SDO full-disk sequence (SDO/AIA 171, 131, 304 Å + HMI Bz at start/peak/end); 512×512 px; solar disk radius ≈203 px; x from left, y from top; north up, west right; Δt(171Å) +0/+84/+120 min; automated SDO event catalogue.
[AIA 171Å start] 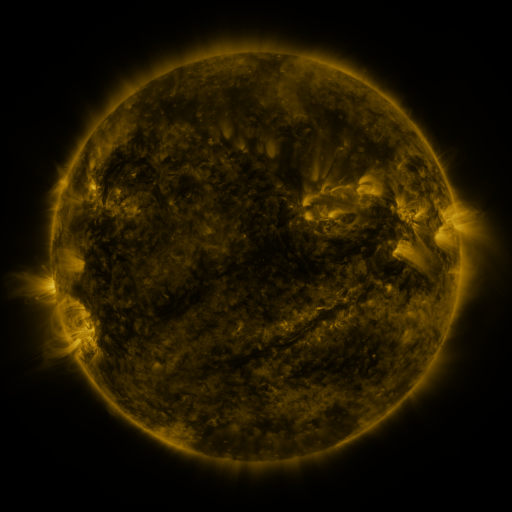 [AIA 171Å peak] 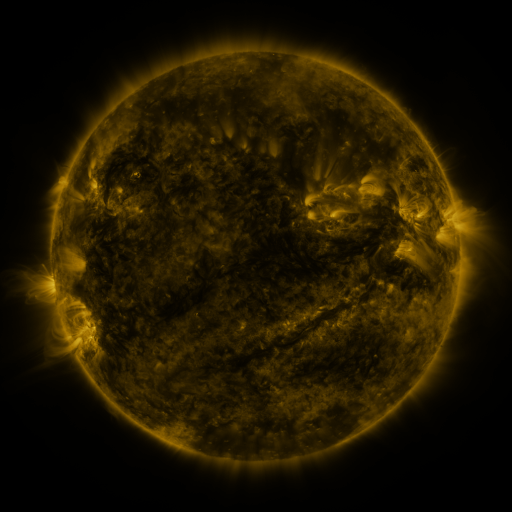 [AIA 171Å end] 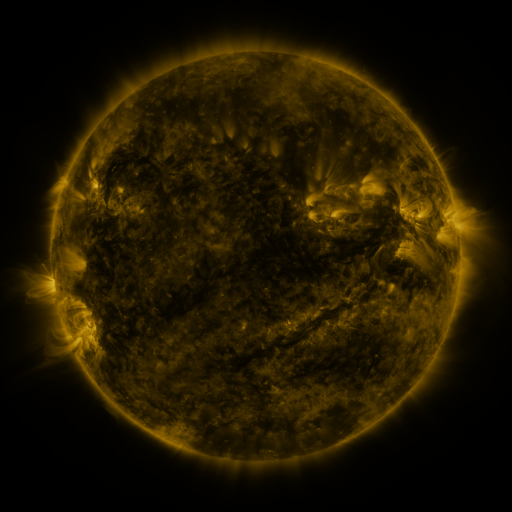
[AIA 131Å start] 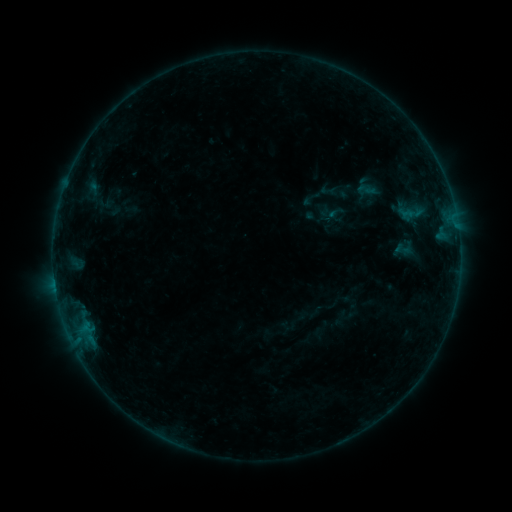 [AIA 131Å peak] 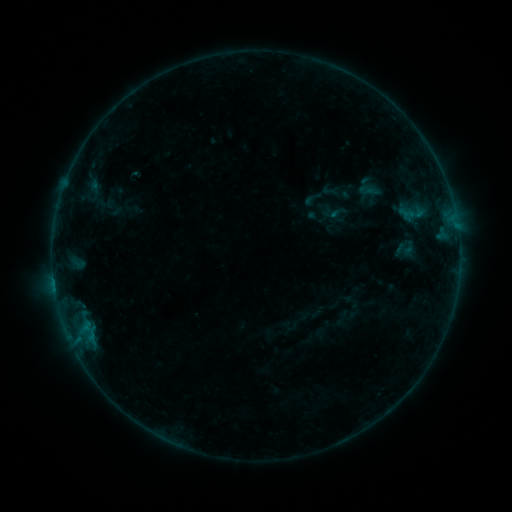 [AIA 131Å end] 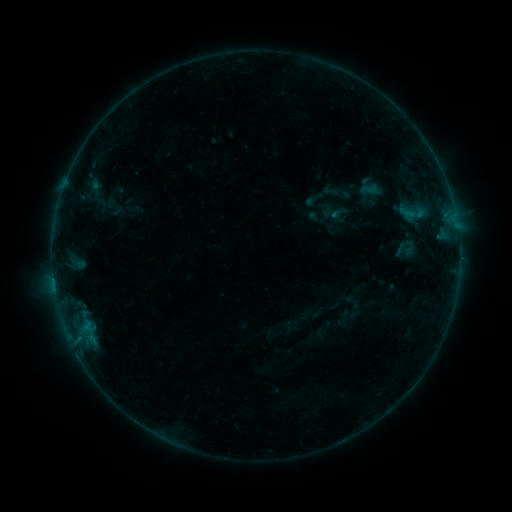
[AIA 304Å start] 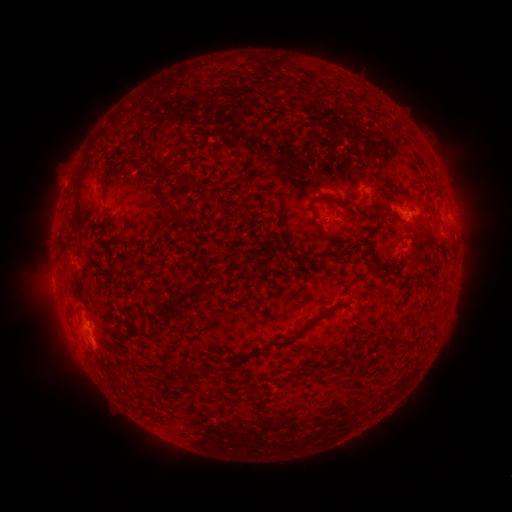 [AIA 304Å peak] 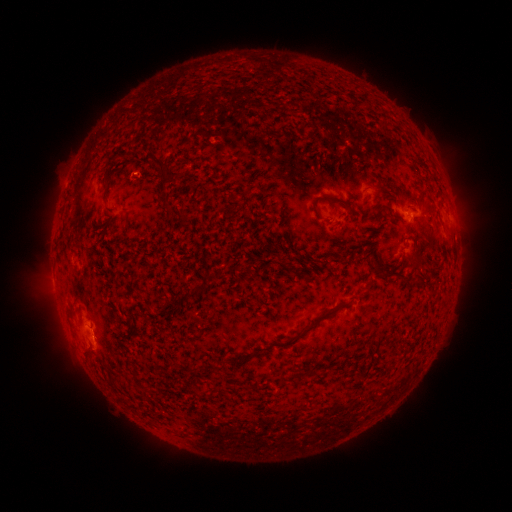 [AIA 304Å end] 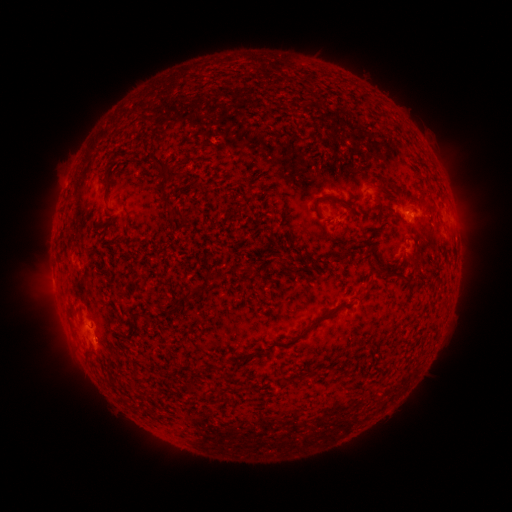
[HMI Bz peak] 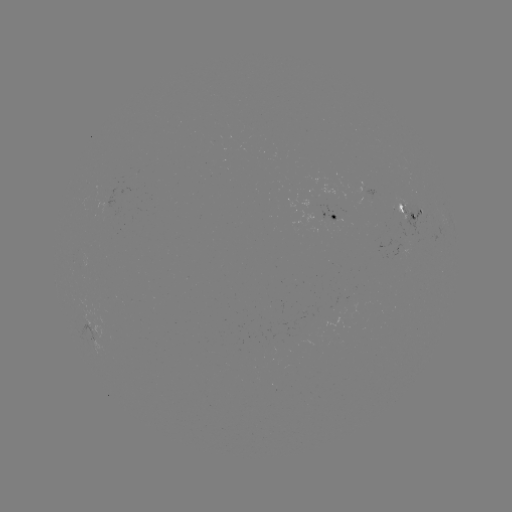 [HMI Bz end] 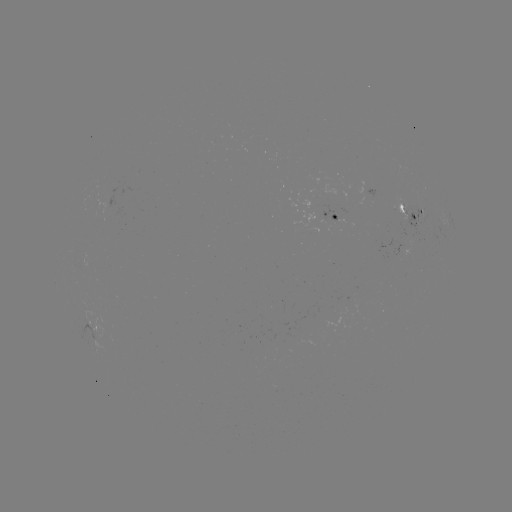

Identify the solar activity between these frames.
emerging-flux region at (401, 207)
